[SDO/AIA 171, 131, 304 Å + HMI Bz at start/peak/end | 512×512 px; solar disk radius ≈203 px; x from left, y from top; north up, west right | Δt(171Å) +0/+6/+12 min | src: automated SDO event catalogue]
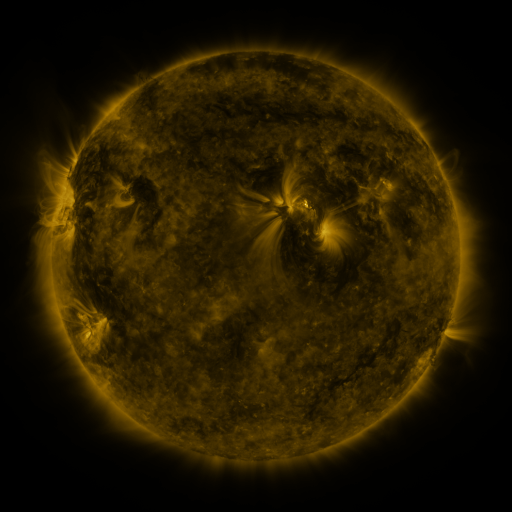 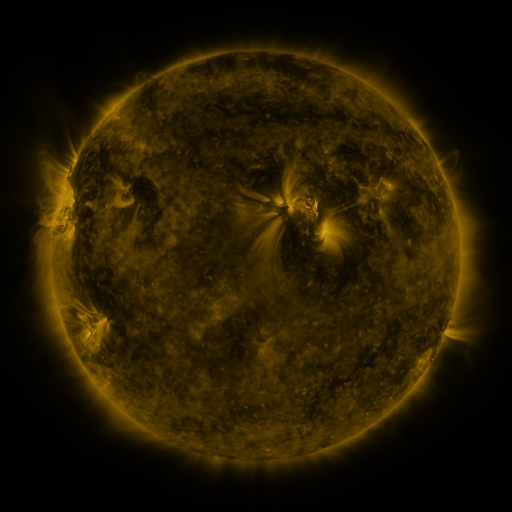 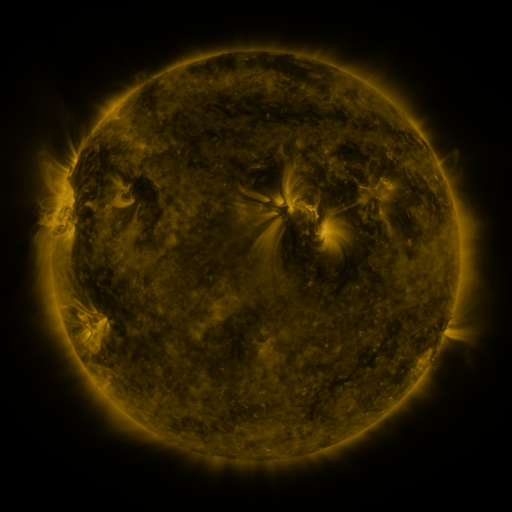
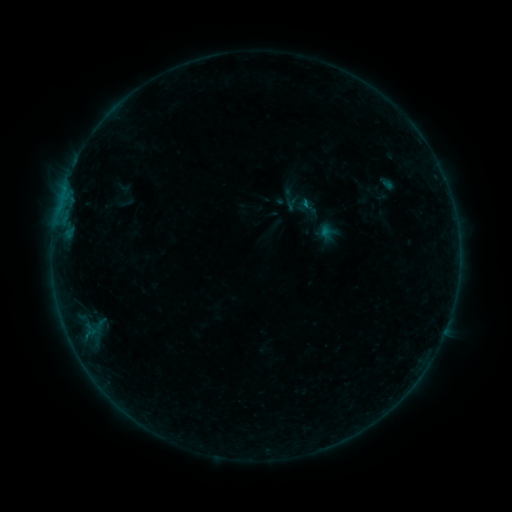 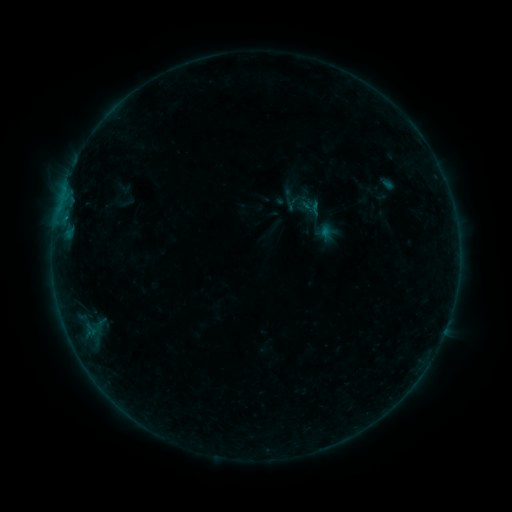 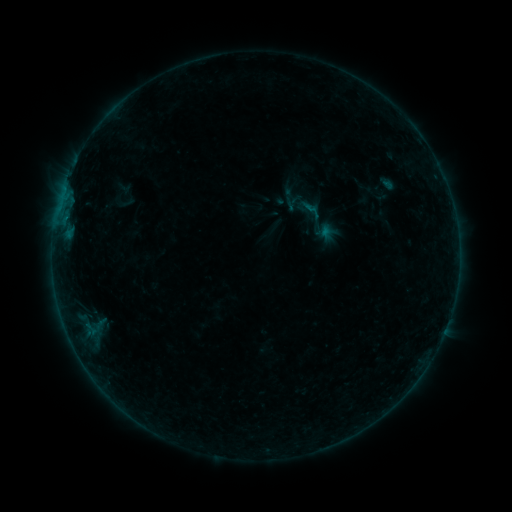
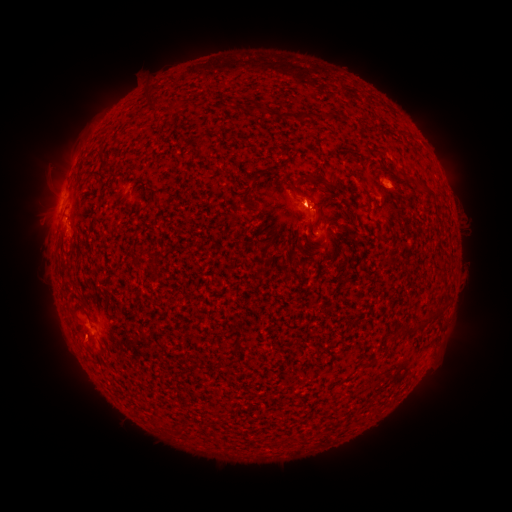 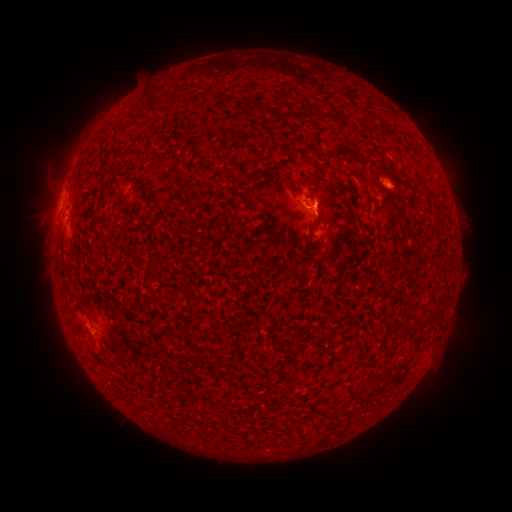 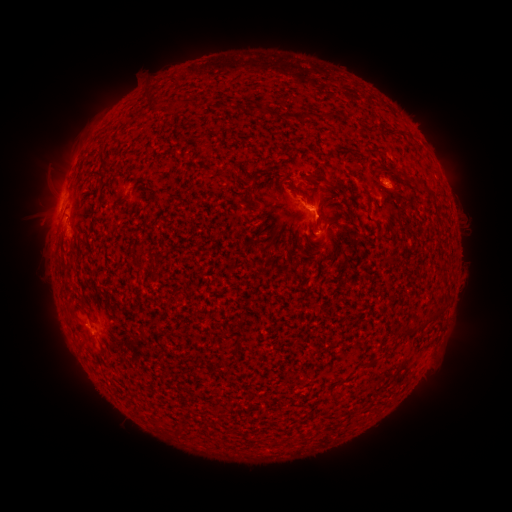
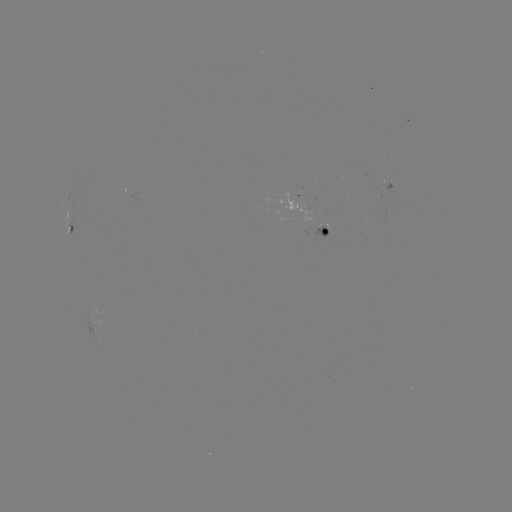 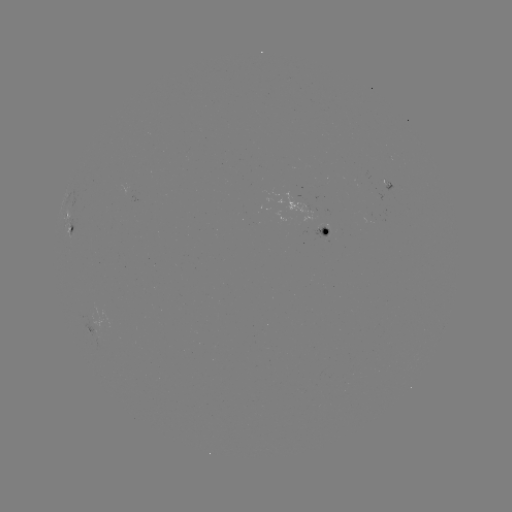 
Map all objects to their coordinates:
B2.8 flare: (312, 205)
